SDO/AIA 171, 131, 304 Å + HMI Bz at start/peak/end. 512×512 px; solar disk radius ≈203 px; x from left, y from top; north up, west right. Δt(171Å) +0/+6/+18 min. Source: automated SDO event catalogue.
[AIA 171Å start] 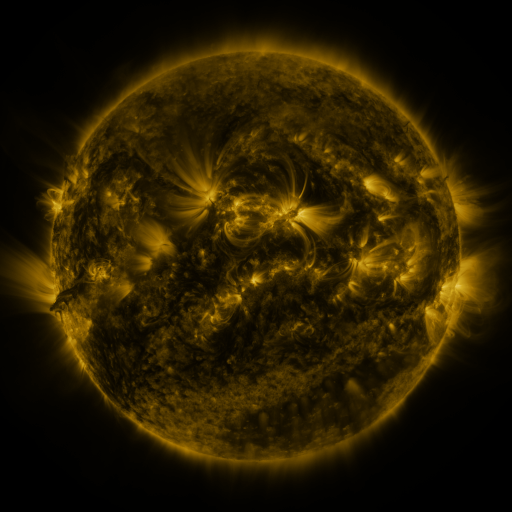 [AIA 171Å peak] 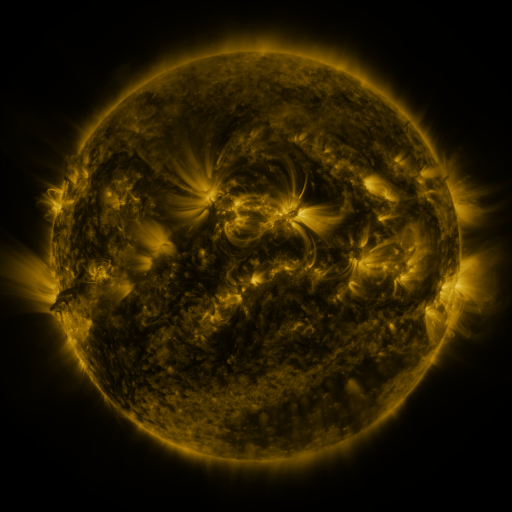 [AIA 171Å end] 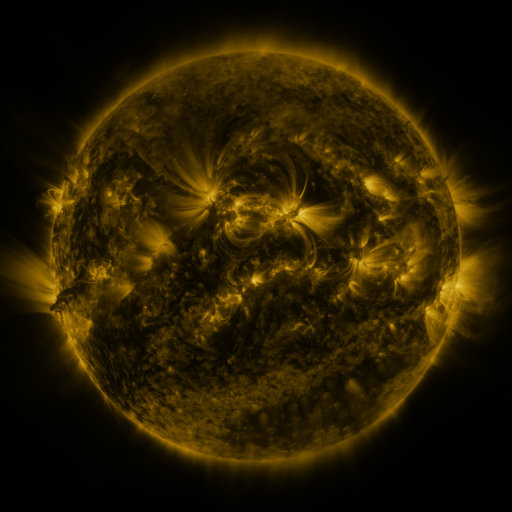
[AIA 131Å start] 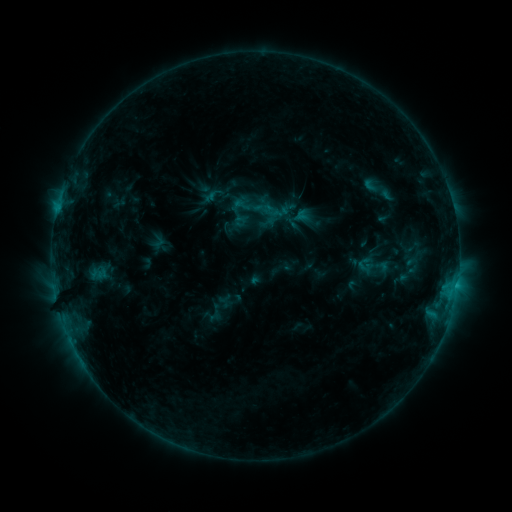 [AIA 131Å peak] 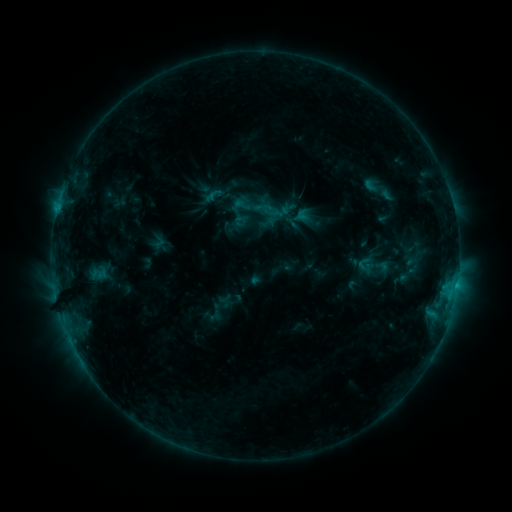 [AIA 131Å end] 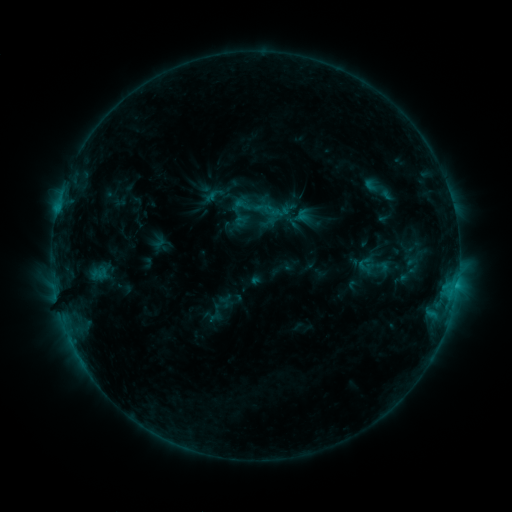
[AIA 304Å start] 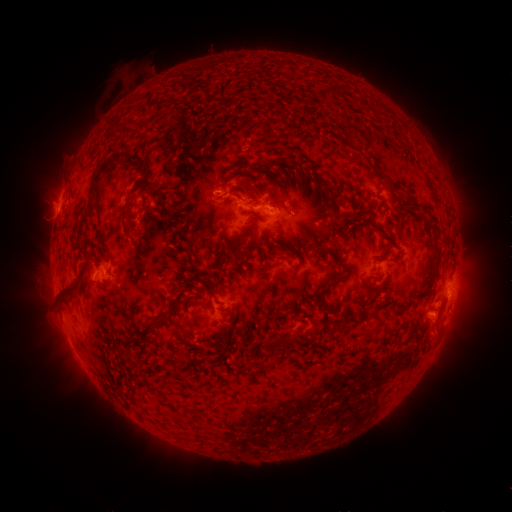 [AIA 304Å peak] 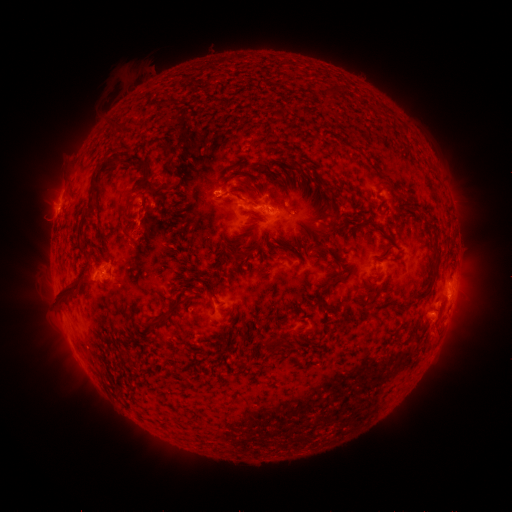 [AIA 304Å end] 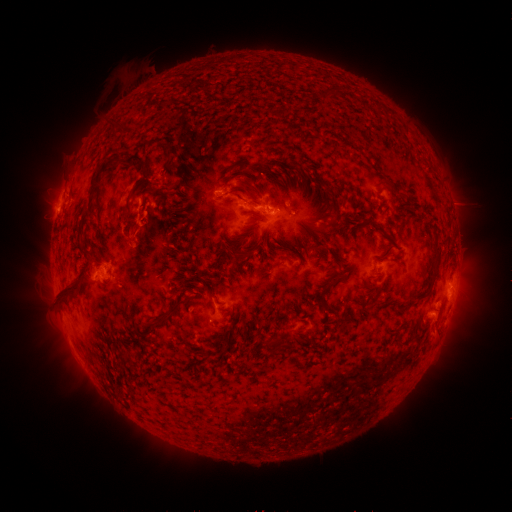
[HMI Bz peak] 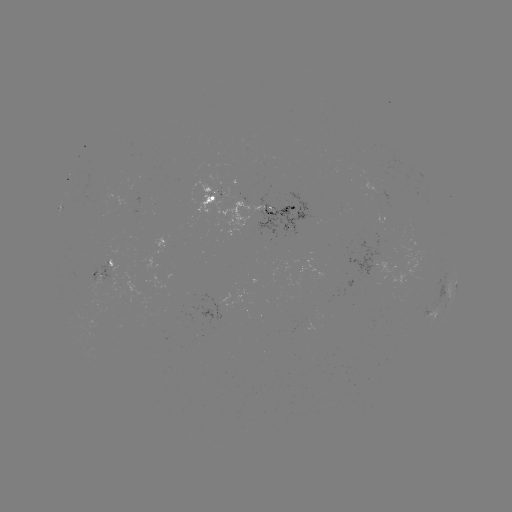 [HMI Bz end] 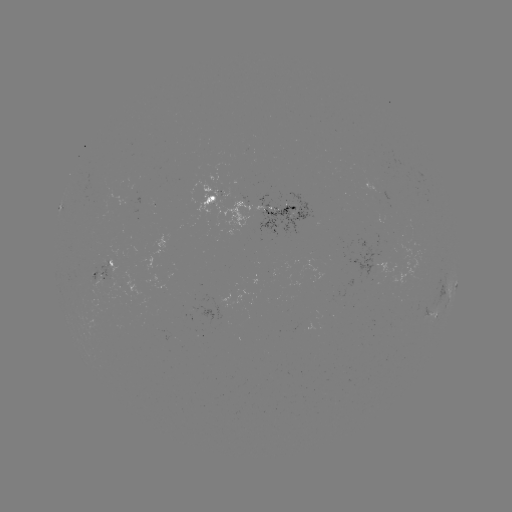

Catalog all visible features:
eruption: (132, 200)
